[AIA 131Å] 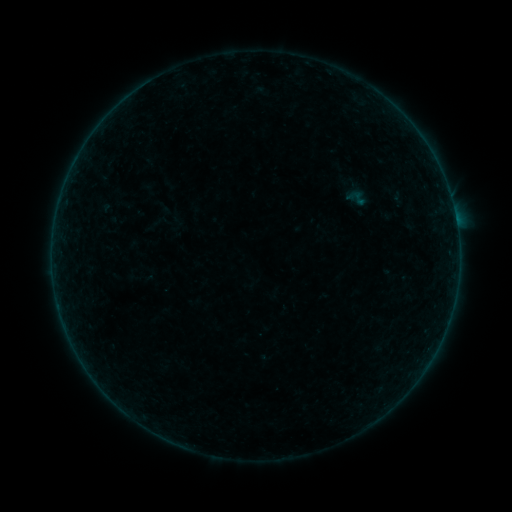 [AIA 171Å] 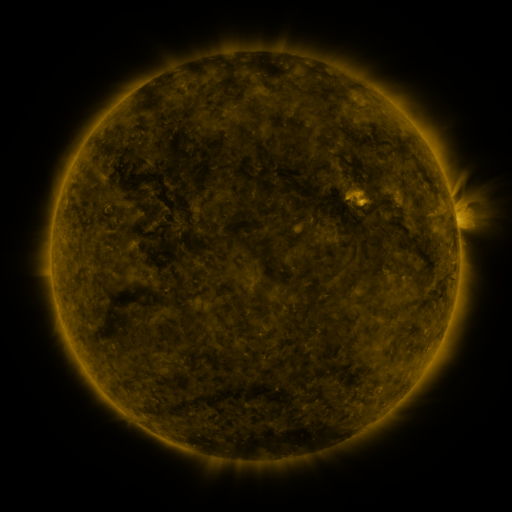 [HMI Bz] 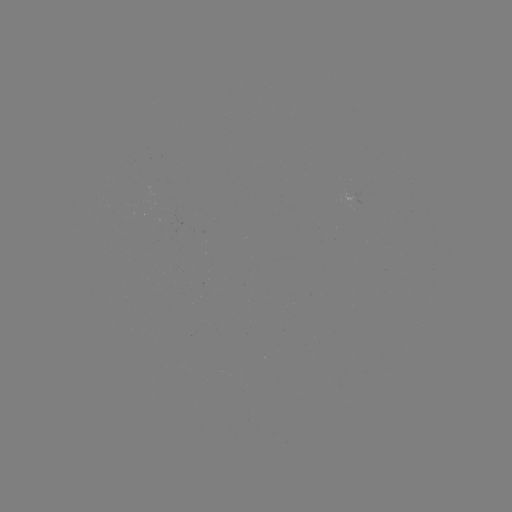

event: sigmoid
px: (356, 198)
